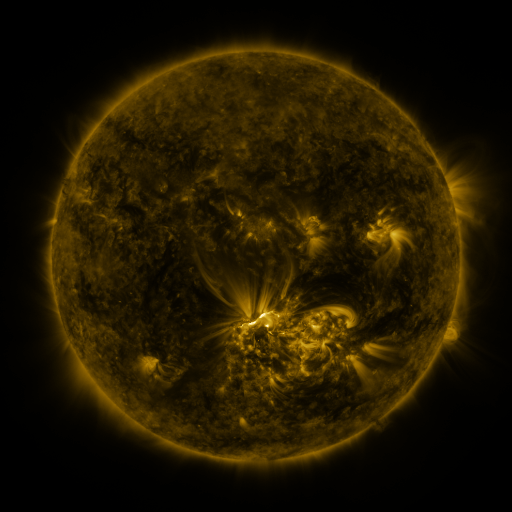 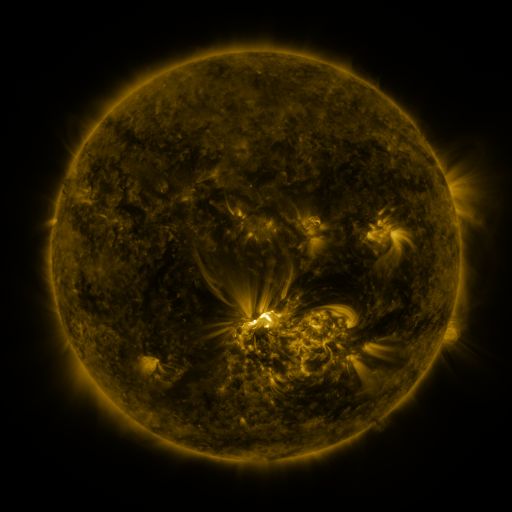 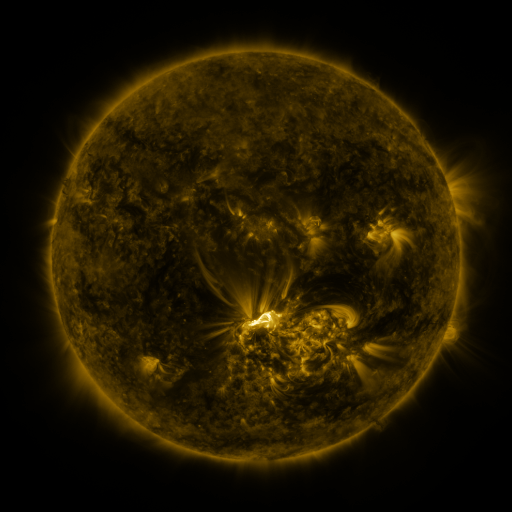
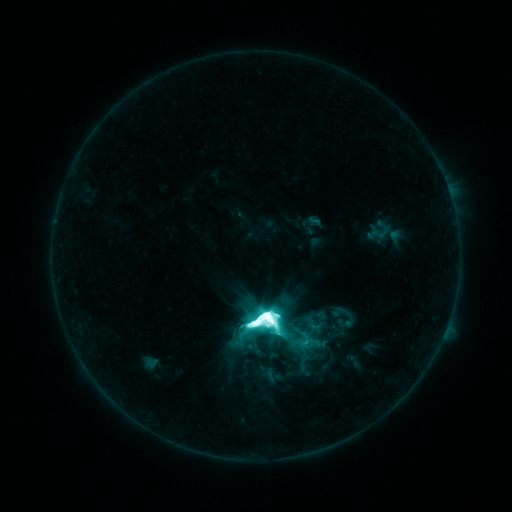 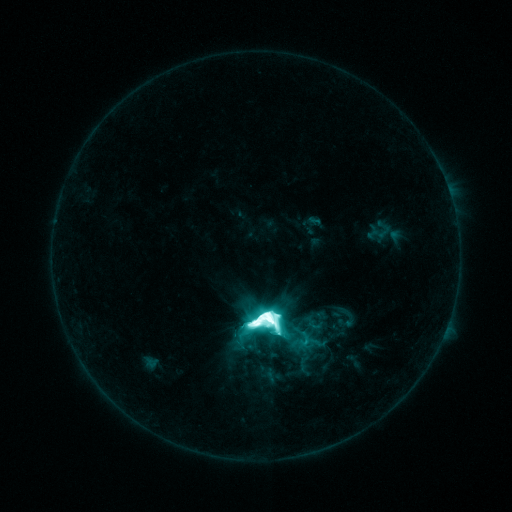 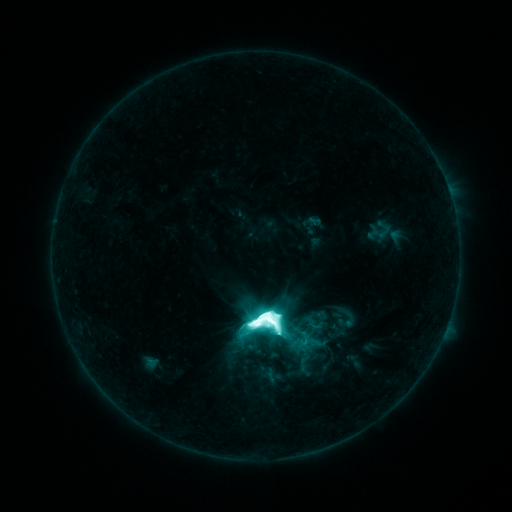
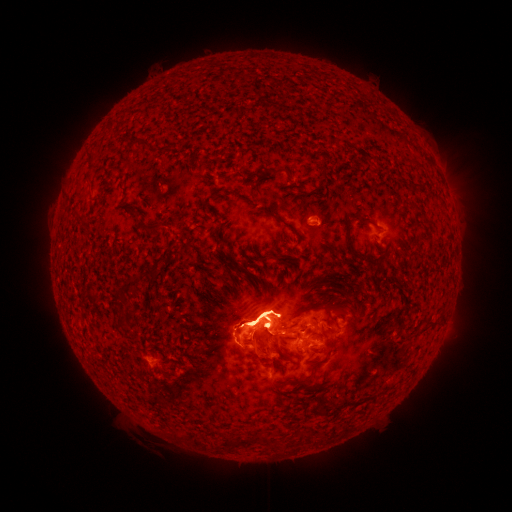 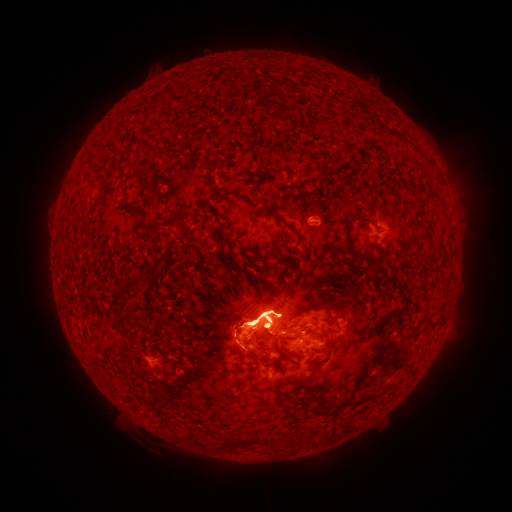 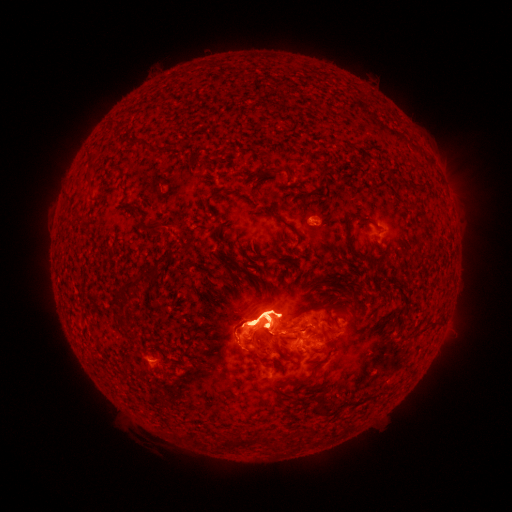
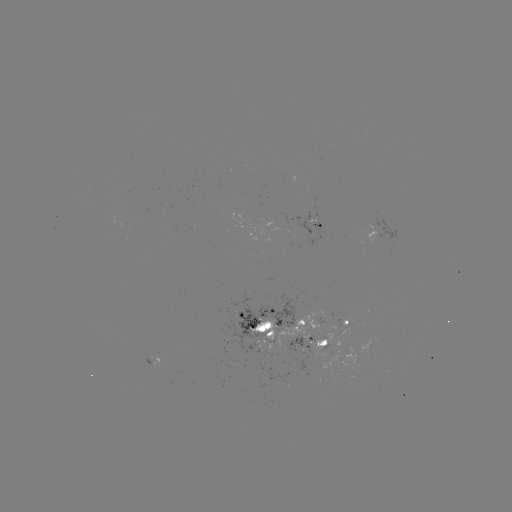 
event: eruption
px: (260, 307)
